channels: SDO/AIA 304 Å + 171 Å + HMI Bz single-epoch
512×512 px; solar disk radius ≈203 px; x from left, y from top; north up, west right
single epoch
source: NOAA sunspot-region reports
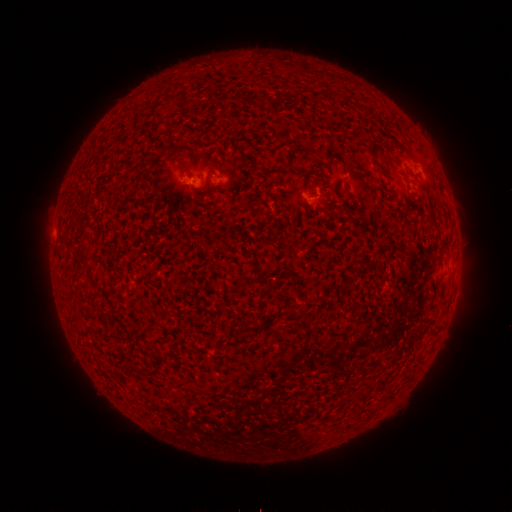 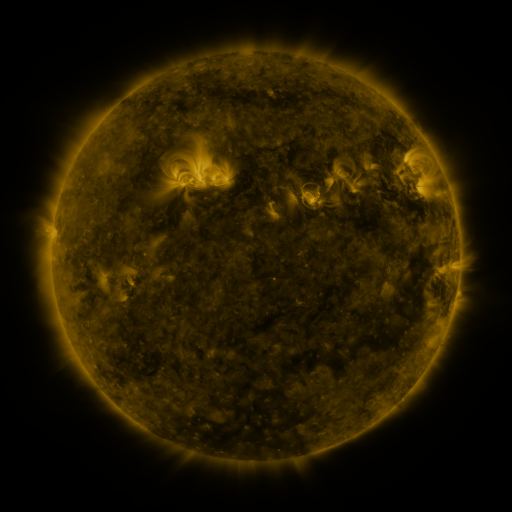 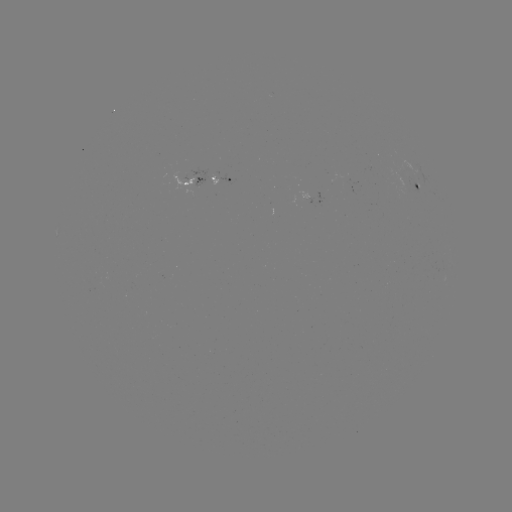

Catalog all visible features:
spotted active region: (218, 182)
spotted active region: (191, 183)
spotted active region: (416, 186)
spotted active region: (318, 200)
